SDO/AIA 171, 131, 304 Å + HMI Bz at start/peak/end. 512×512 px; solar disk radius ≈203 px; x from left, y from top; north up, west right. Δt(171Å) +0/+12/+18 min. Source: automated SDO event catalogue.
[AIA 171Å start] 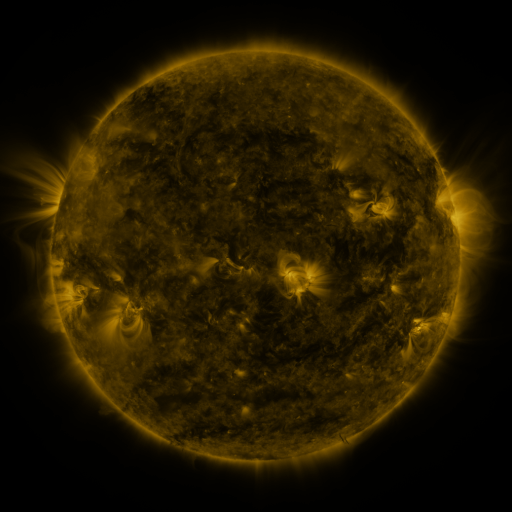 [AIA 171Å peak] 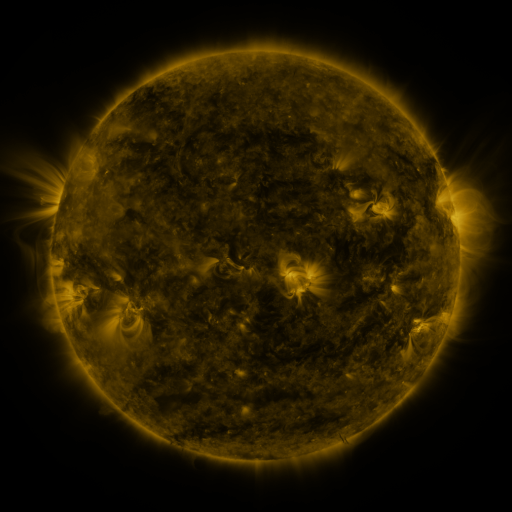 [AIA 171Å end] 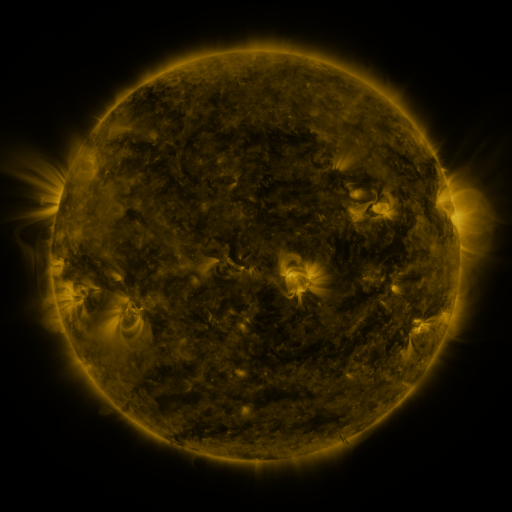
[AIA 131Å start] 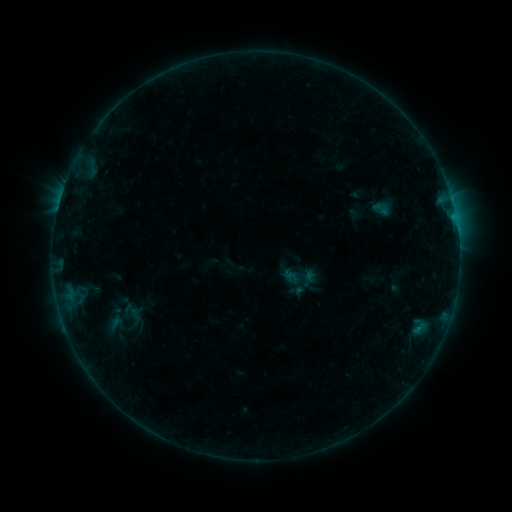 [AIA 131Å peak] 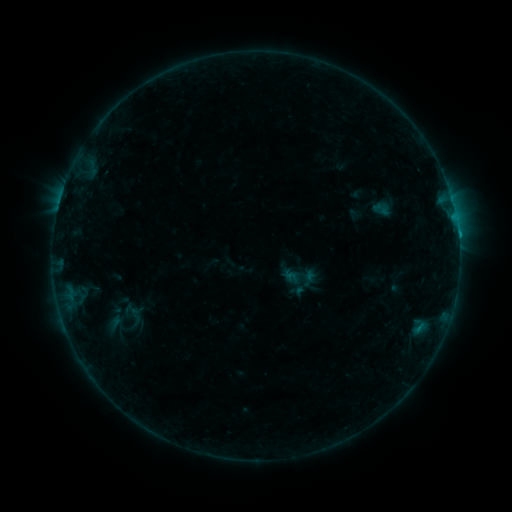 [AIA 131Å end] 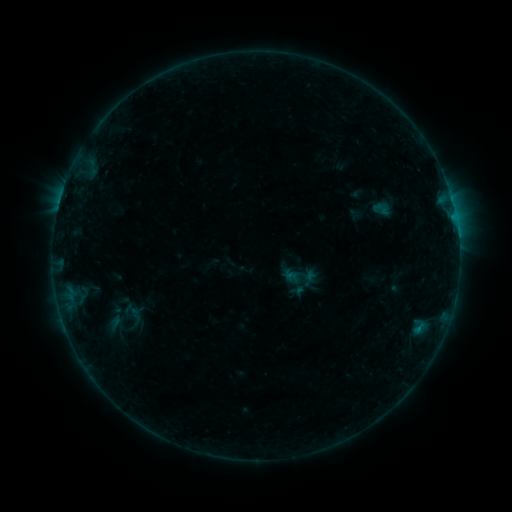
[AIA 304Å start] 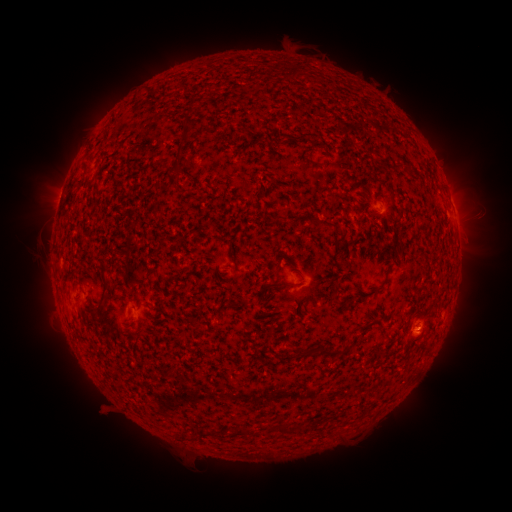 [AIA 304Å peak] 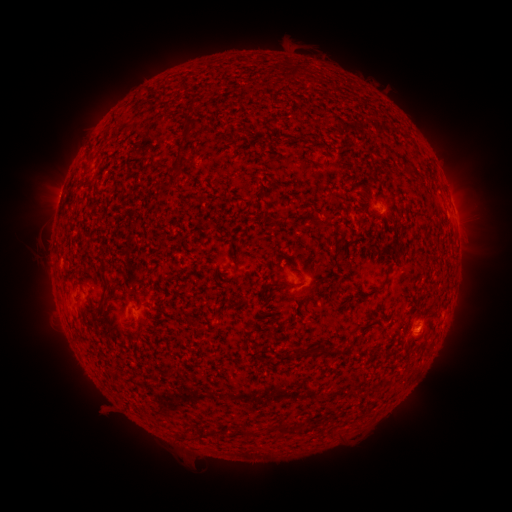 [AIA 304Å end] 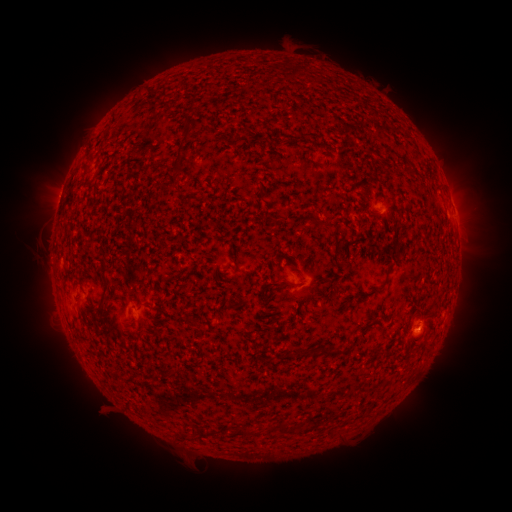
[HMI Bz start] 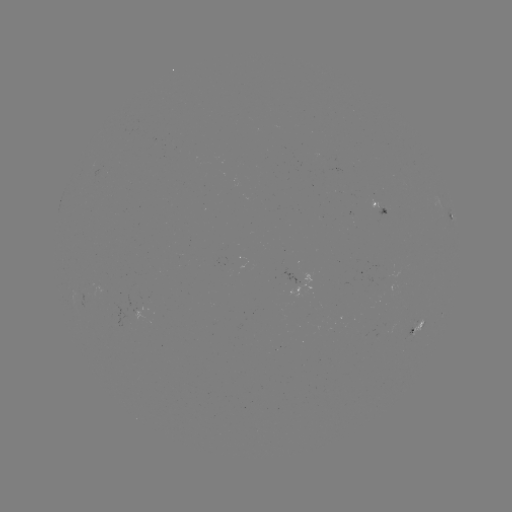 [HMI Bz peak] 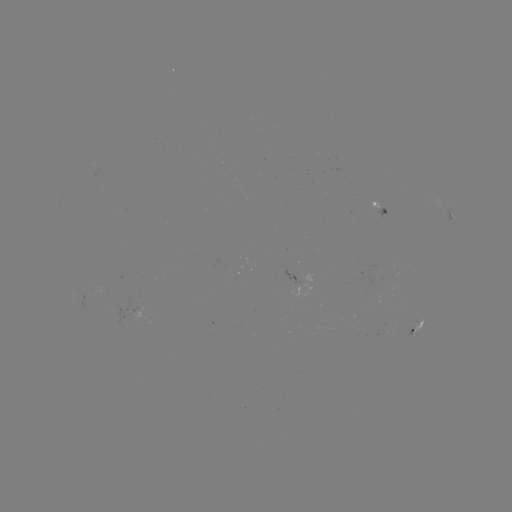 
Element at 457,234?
B5.4 flare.